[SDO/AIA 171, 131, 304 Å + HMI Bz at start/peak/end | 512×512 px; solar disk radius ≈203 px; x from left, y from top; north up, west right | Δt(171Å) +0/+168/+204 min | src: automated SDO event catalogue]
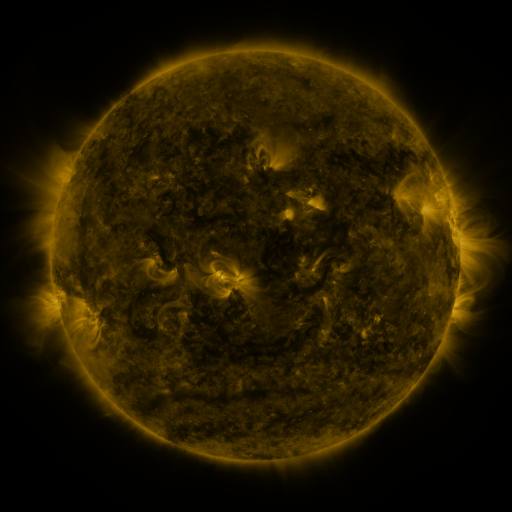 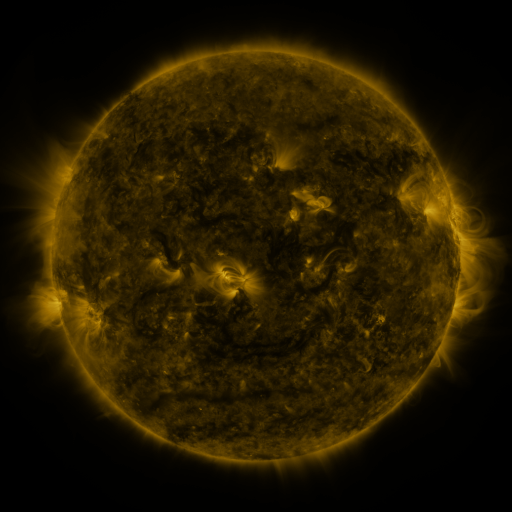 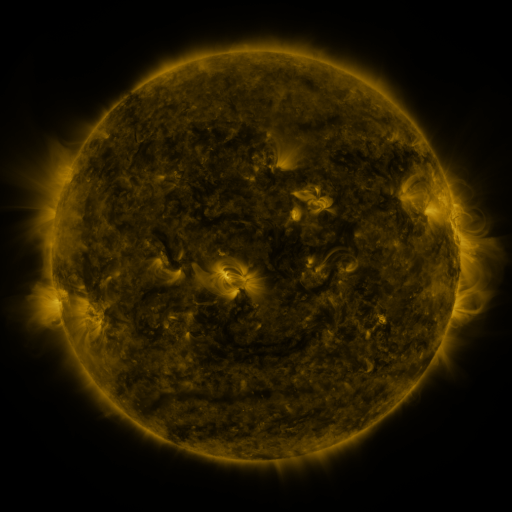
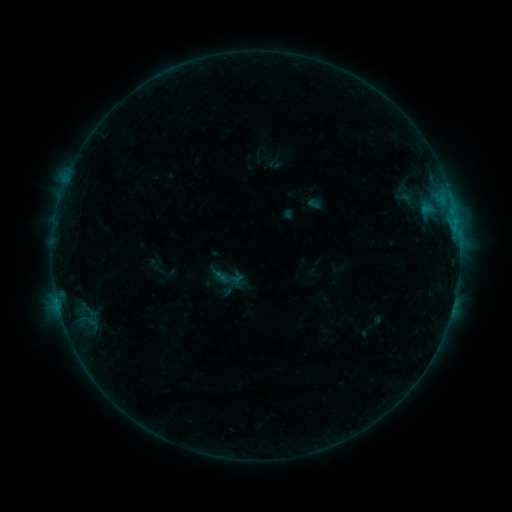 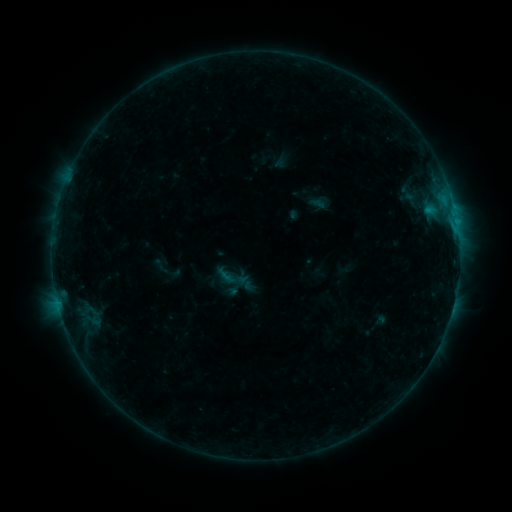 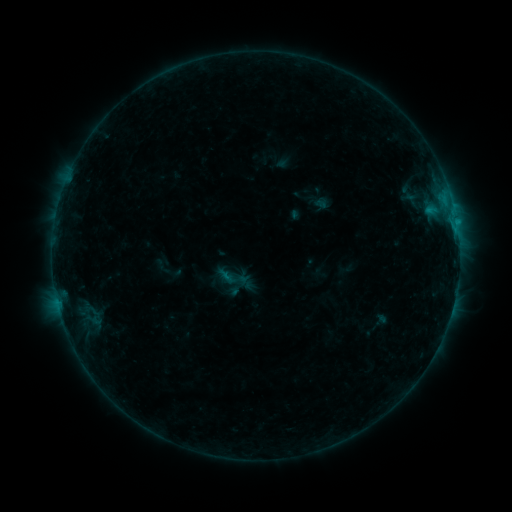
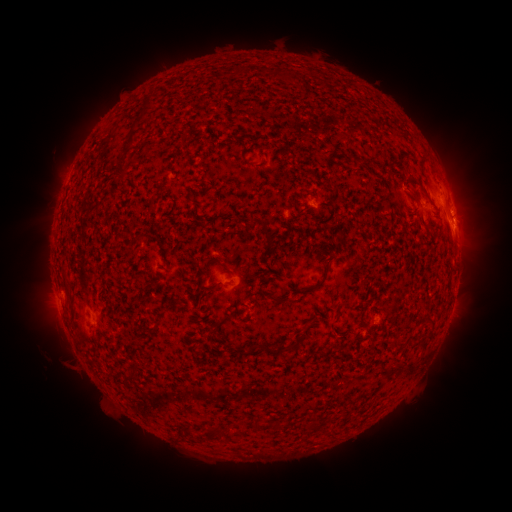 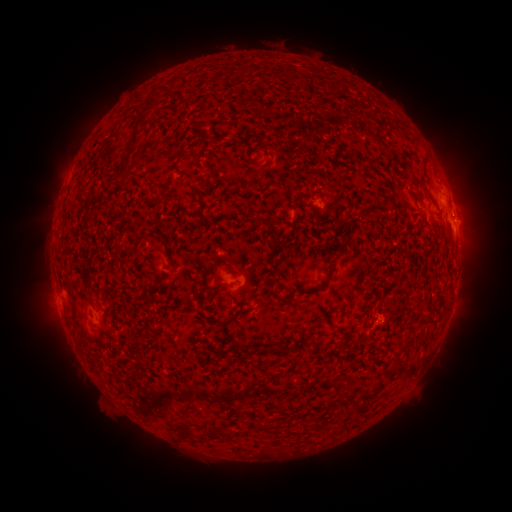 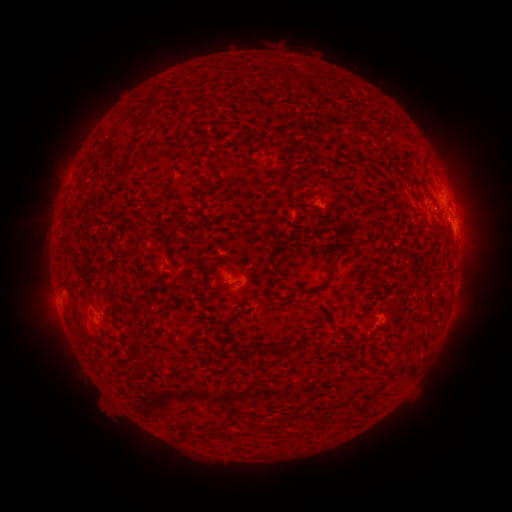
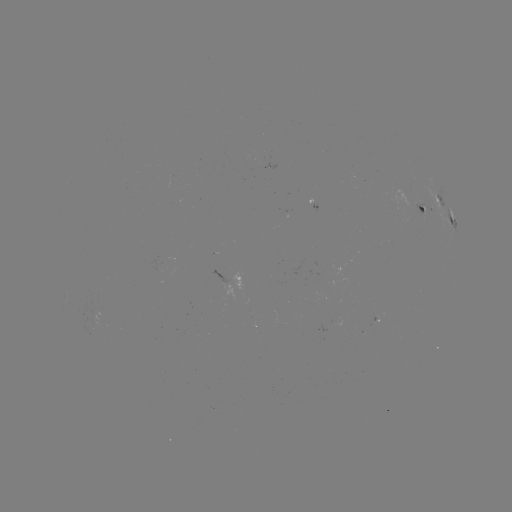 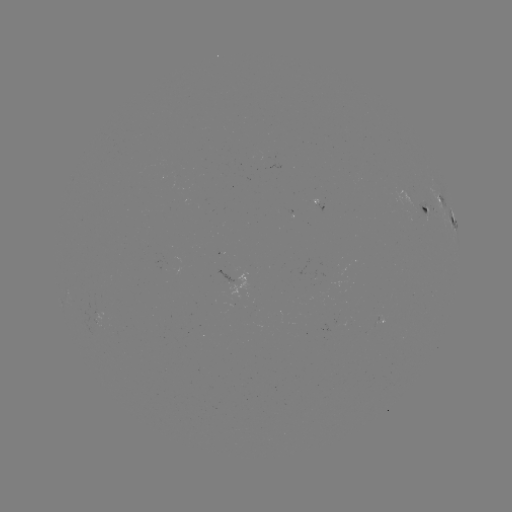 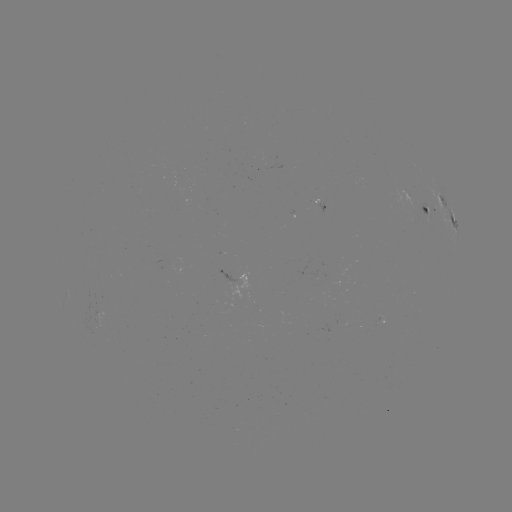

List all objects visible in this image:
emerging-flux region: (419, 209)
